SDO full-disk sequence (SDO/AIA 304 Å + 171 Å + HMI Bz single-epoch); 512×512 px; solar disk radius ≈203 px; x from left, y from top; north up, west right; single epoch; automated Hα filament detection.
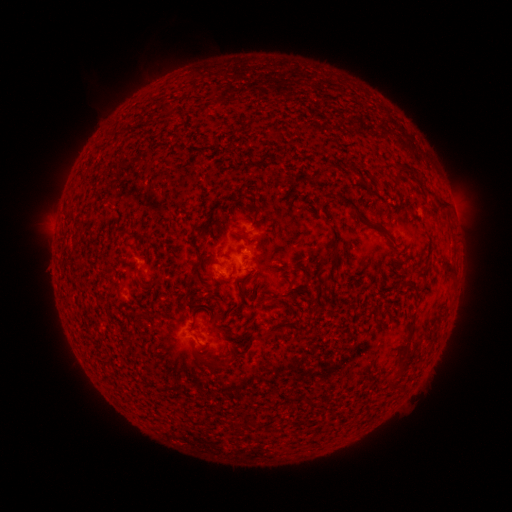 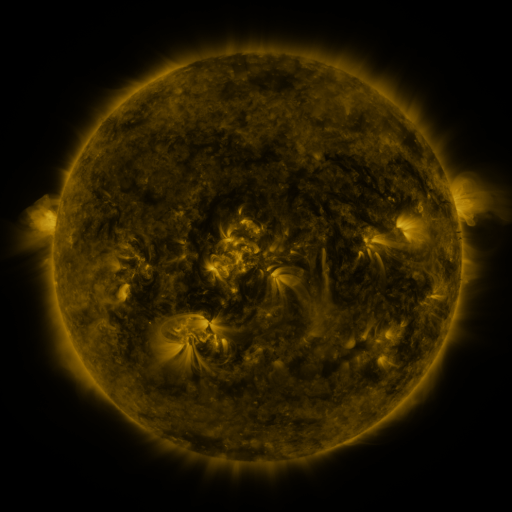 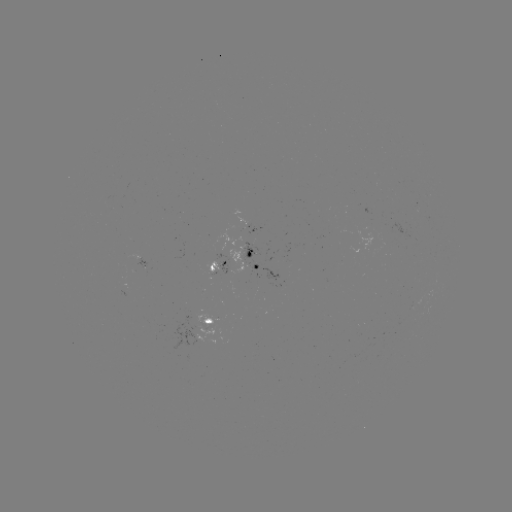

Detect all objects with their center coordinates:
filament: <bbox>316, 160, 325, 170</bbox>
filament: <bbox>389, 160, 403, 181</bbox>
filament: <bbox>332, 188, 389, 233</bbox>
filament: <bbox>434, 195, 447, 205</bbox>
filament: <bbox>234, 225, 246, 231</bbox>
filament: <bbox>329, 236, 339, 268</bbox>
filament: <bbox>440, 253, 454, 271</bbox>
filament: <bbox>190, 256, 201, 282</bbox>
filament: <bbox>210, 272, 221, 280</bbox>
filament: <bbox>396, 274, 419, 293</bbox>
filament: <bbox>136, 276, 144, 285</bbox>
filament: <bbox>238, 279, 247, 296</bbox>
filament: <bbox>186, 288, 200, 296</bbox>
filament: <bbox>256, 289, 278, 303</bbox>
filament: <bbox>397, 312, 415, 352</bbox>
filament: <bbox>123, 329, 133, 341</bbox>
filament: <bbox>256, 331, 267, 339</bbox>
filament: <bbox>195, 351, 220, 367</bbox>
filament: <bbox>398, 357, 410, 367</bbox>
